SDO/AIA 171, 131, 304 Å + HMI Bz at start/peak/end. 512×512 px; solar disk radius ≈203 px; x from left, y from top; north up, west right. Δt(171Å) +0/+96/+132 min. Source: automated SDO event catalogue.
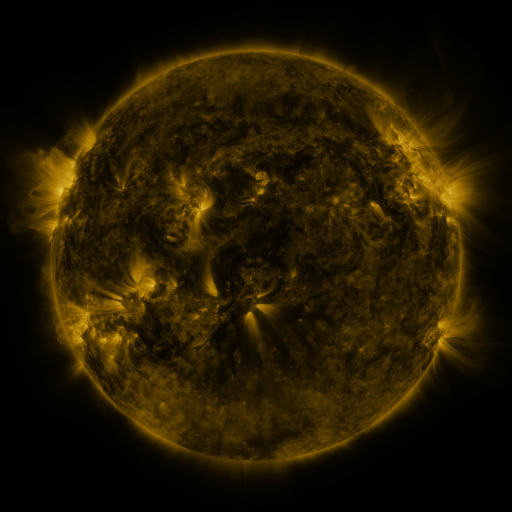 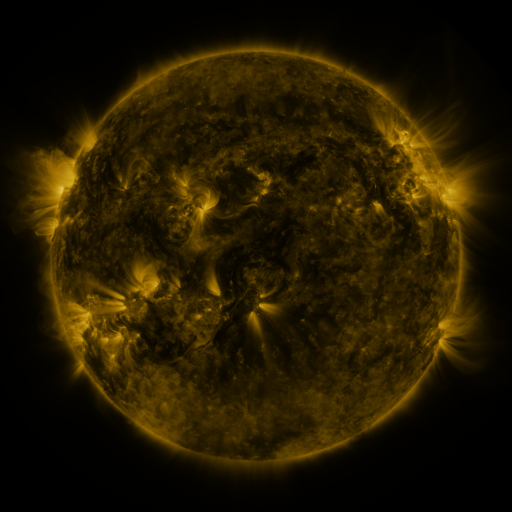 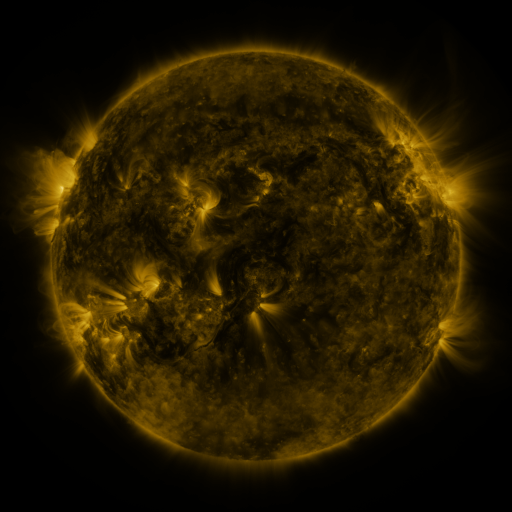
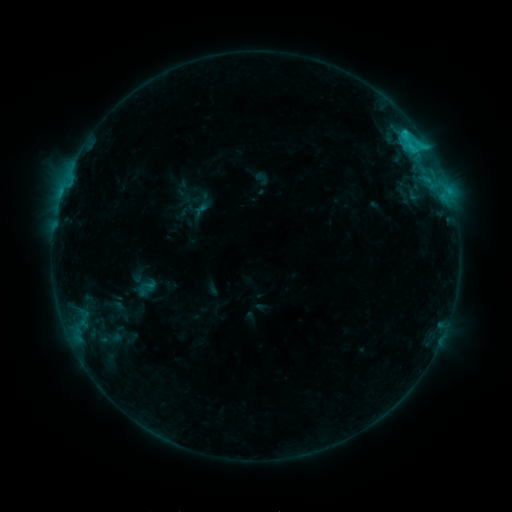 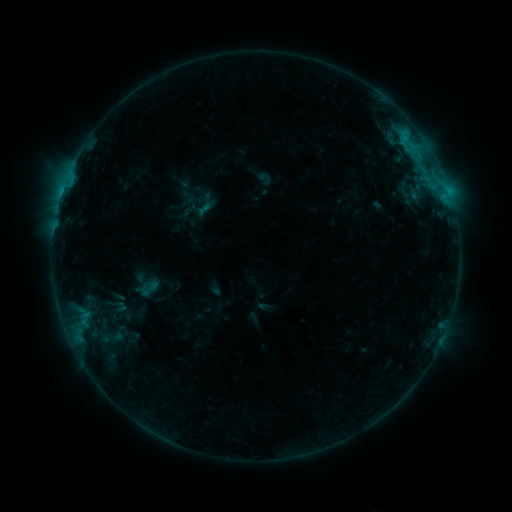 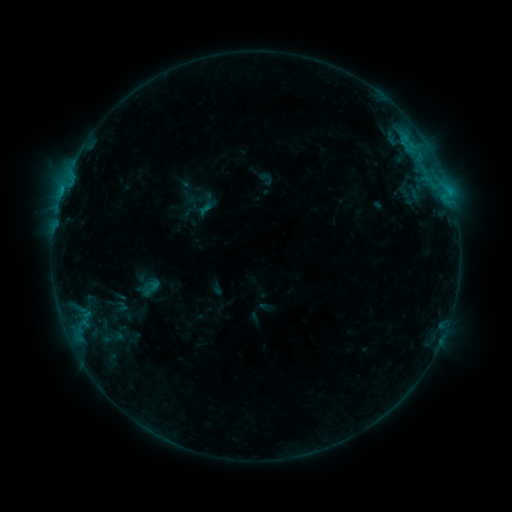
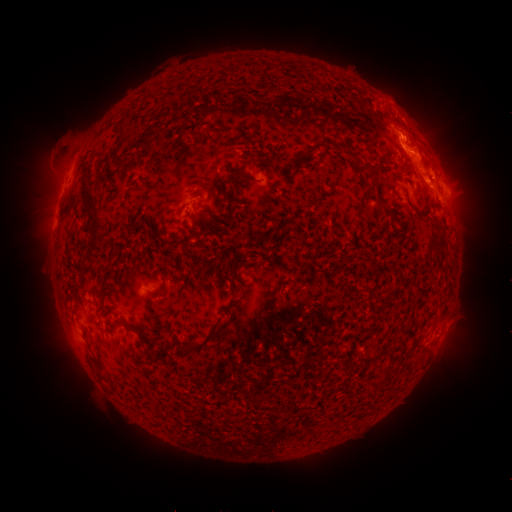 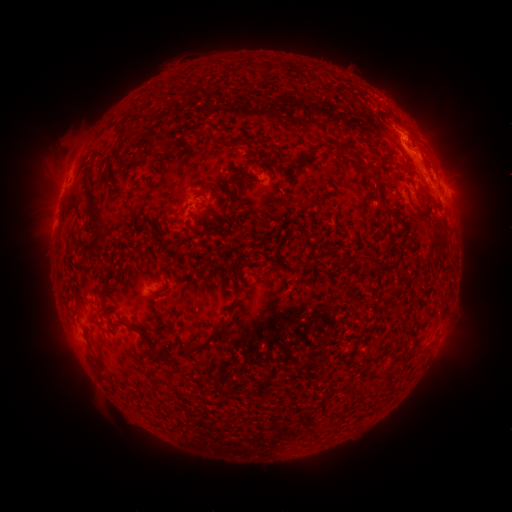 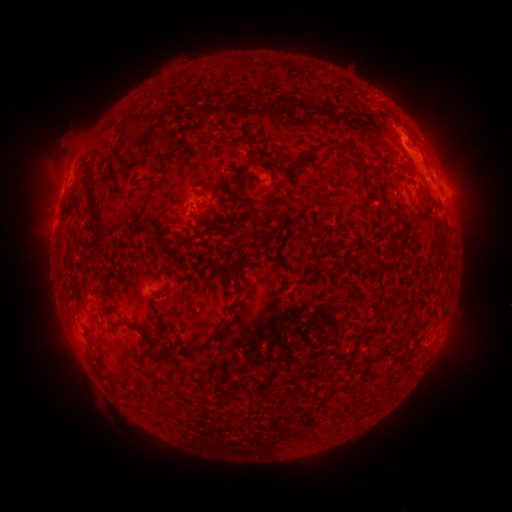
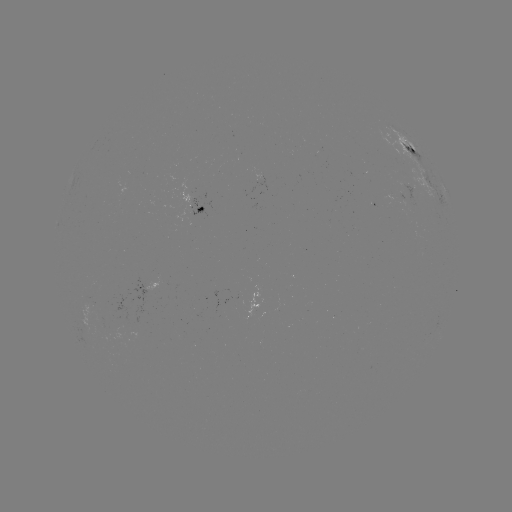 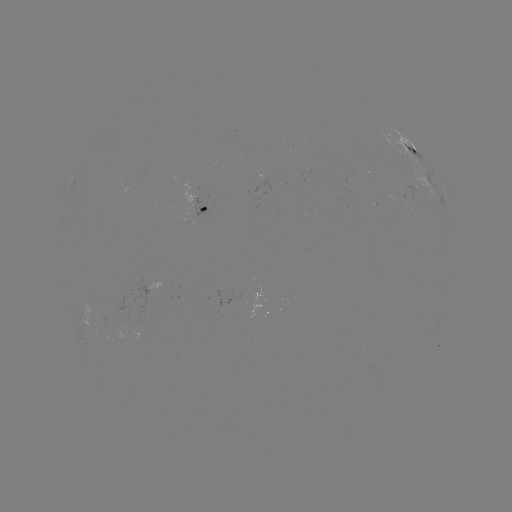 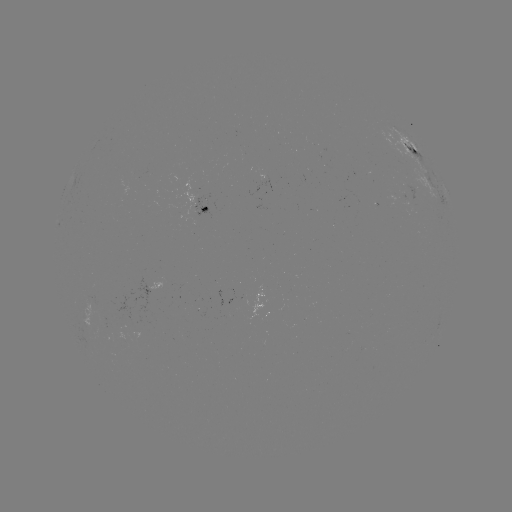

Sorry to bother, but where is emerging-flux region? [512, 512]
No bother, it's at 415,189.